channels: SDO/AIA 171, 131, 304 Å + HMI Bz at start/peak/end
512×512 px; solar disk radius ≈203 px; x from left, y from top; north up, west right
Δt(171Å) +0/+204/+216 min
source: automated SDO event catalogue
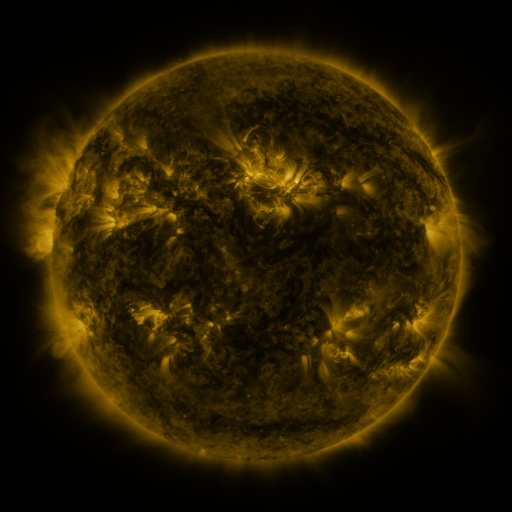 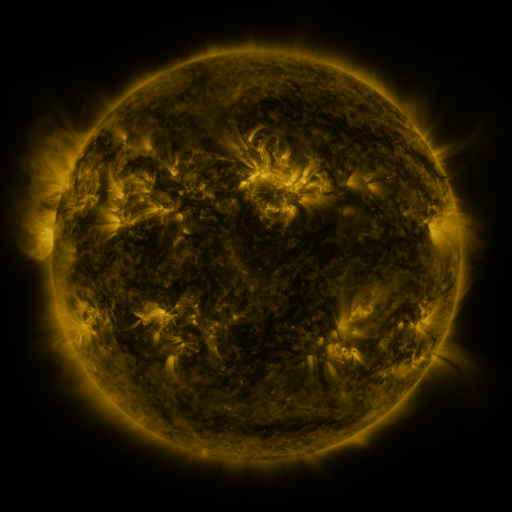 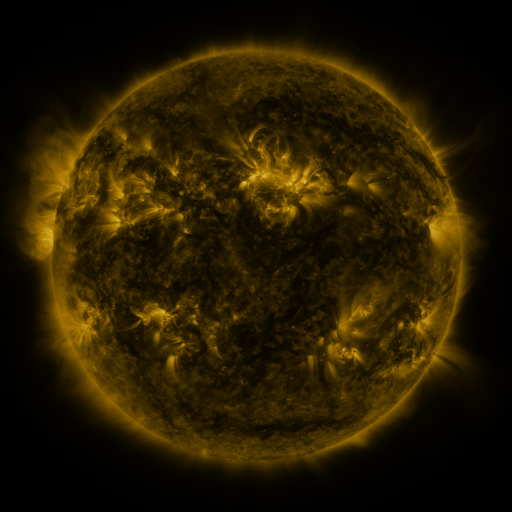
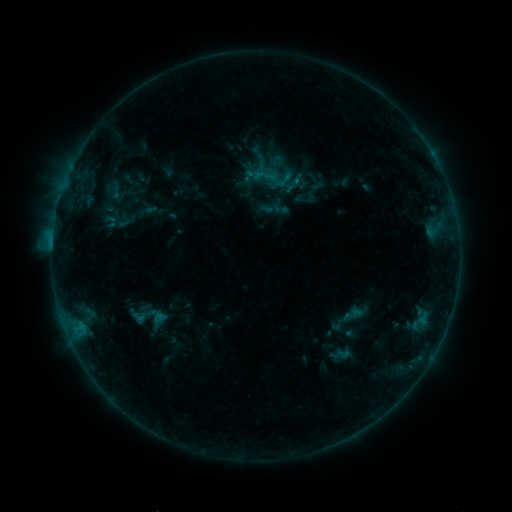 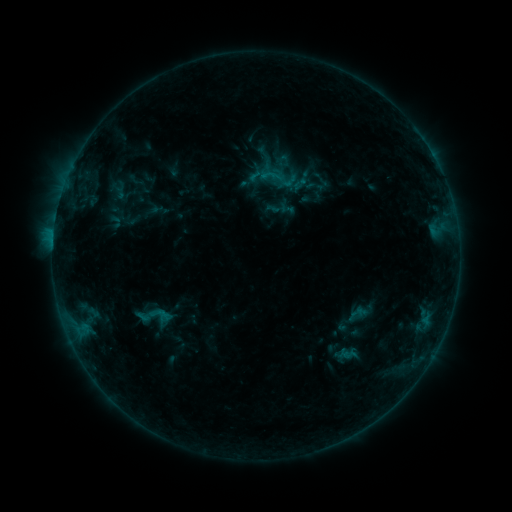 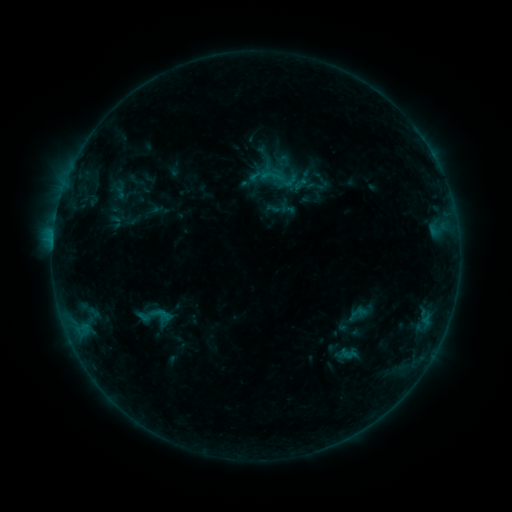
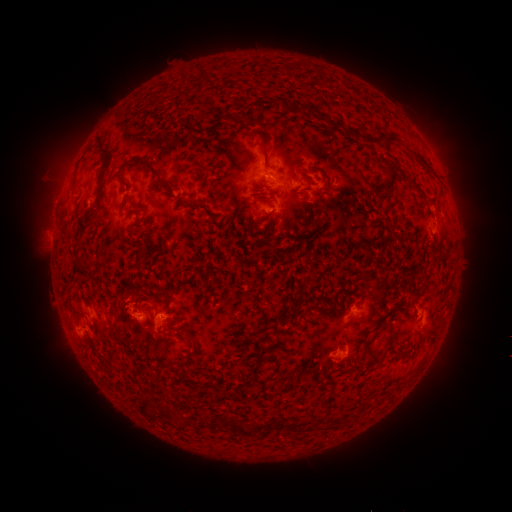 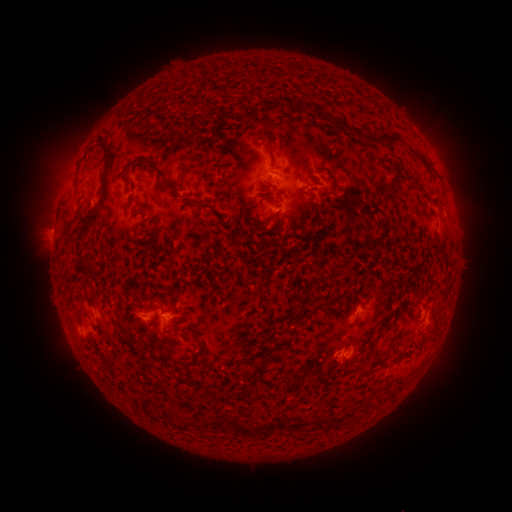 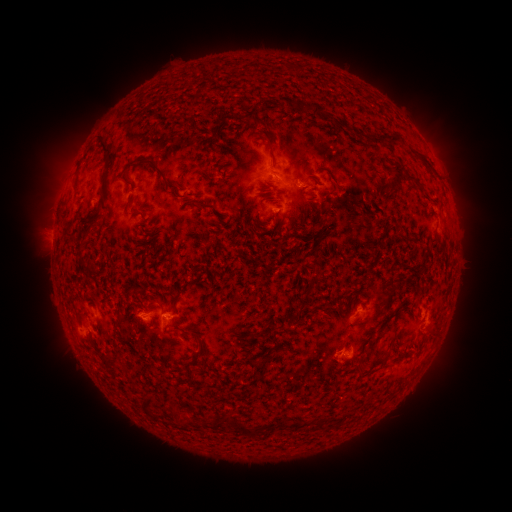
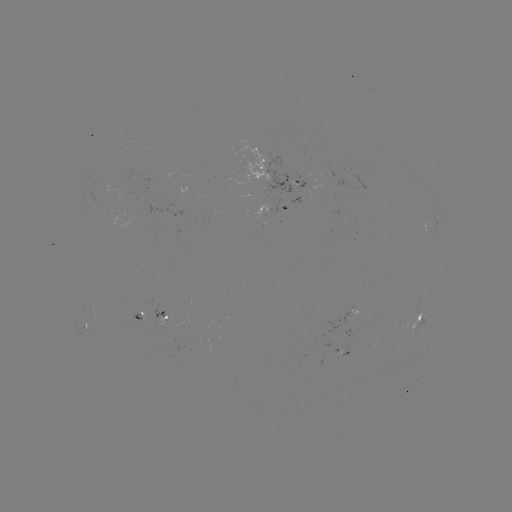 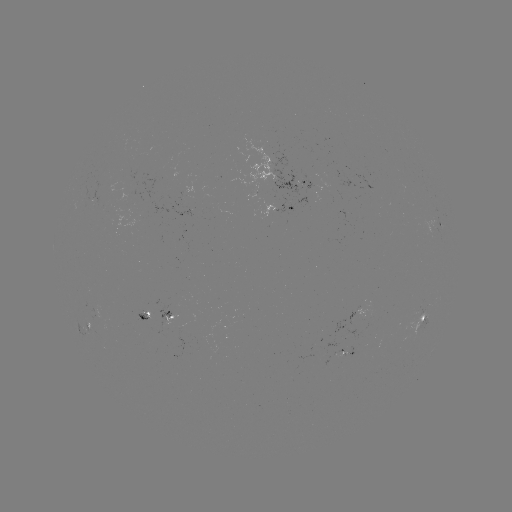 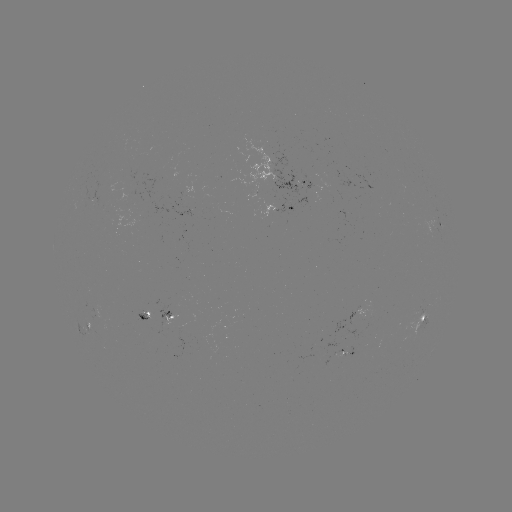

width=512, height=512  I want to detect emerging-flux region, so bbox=[143, 304, 159, 321].